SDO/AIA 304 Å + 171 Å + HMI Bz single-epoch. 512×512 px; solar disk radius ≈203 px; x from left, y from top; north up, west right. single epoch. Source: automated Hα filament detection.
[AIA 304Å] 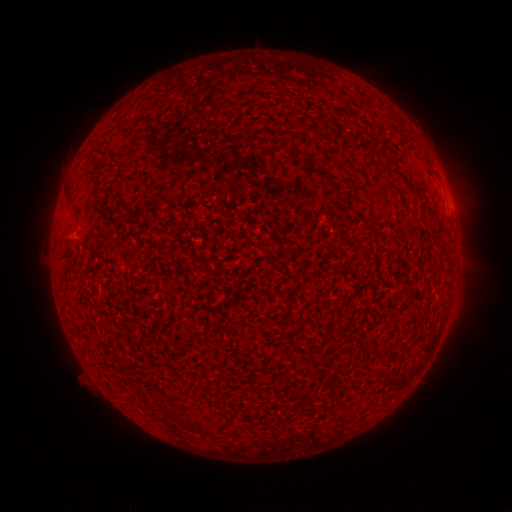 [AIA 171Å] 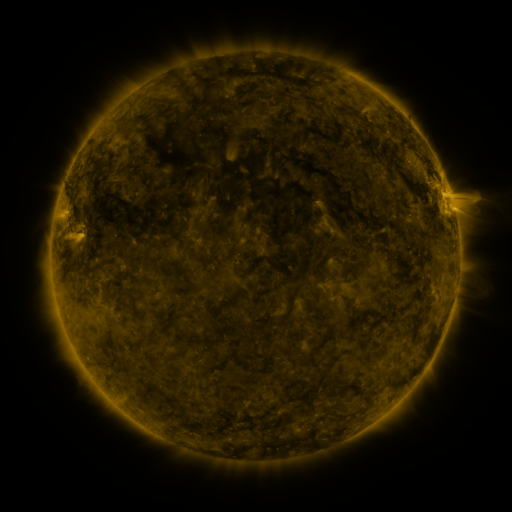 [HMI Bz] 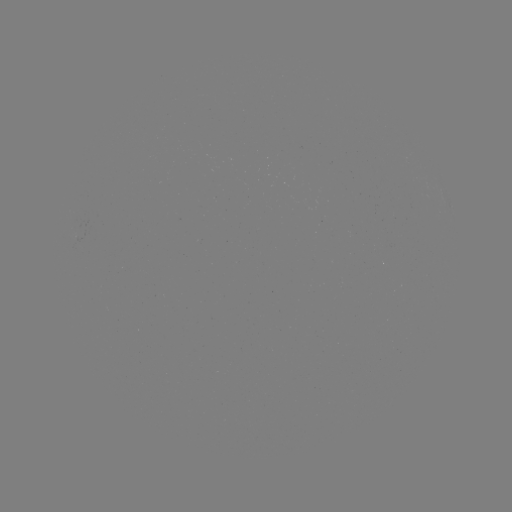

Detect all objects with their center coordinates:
filament: (132, 211, 147, 220)
